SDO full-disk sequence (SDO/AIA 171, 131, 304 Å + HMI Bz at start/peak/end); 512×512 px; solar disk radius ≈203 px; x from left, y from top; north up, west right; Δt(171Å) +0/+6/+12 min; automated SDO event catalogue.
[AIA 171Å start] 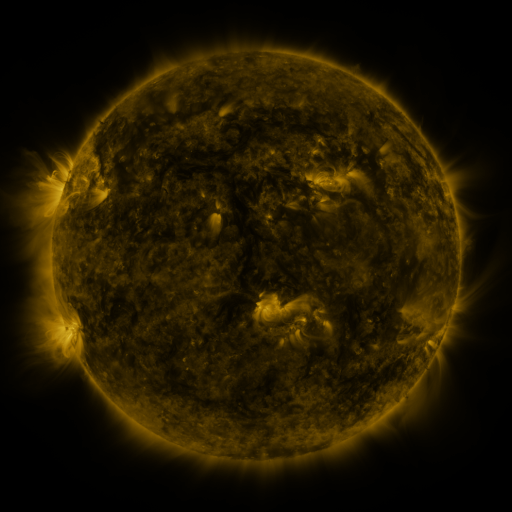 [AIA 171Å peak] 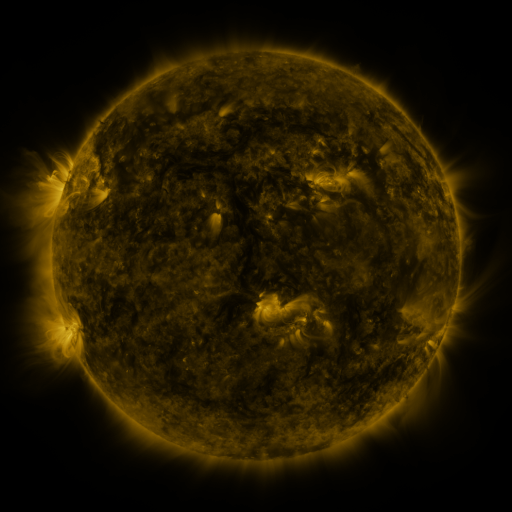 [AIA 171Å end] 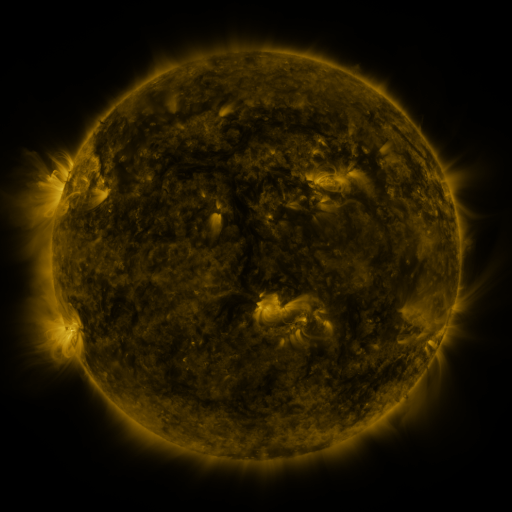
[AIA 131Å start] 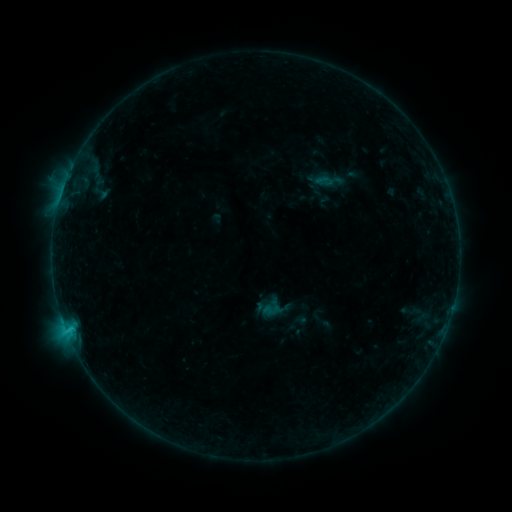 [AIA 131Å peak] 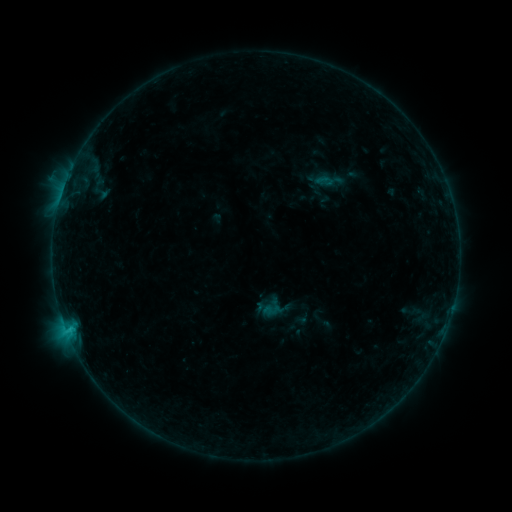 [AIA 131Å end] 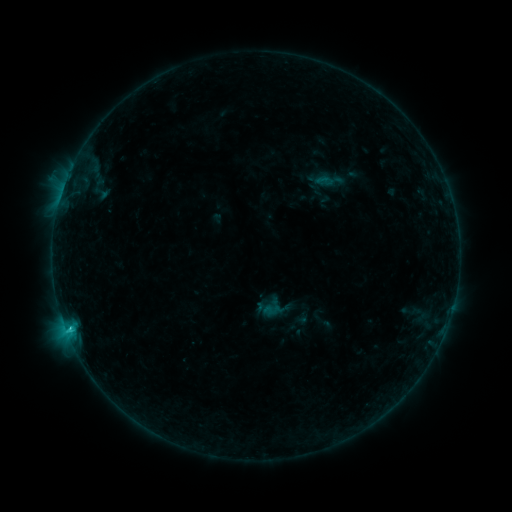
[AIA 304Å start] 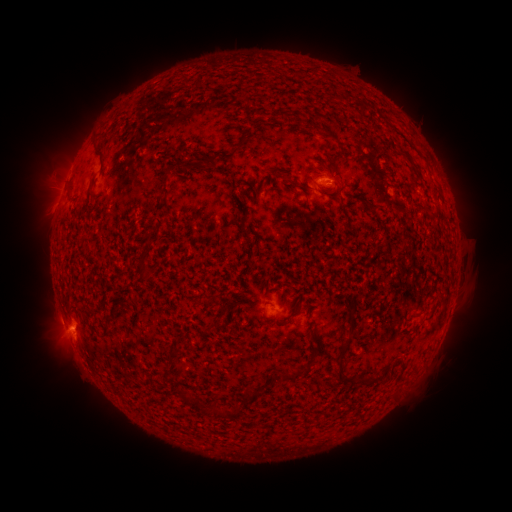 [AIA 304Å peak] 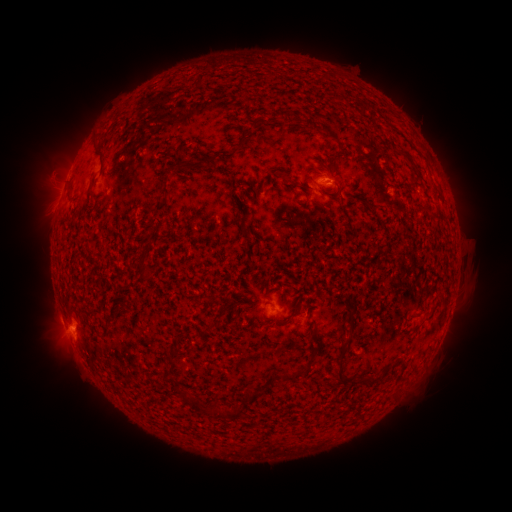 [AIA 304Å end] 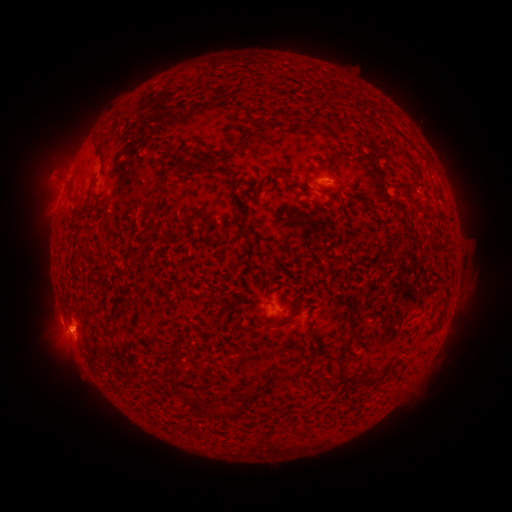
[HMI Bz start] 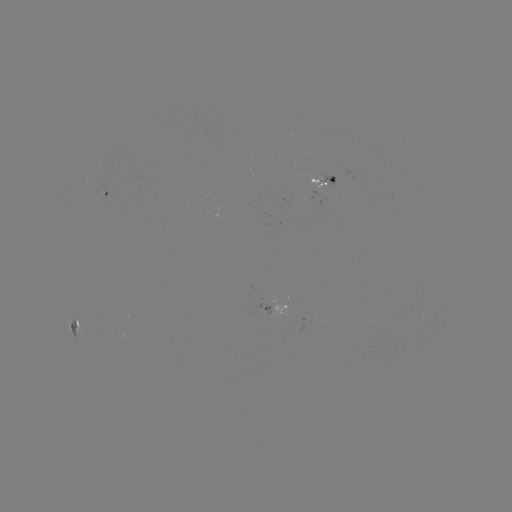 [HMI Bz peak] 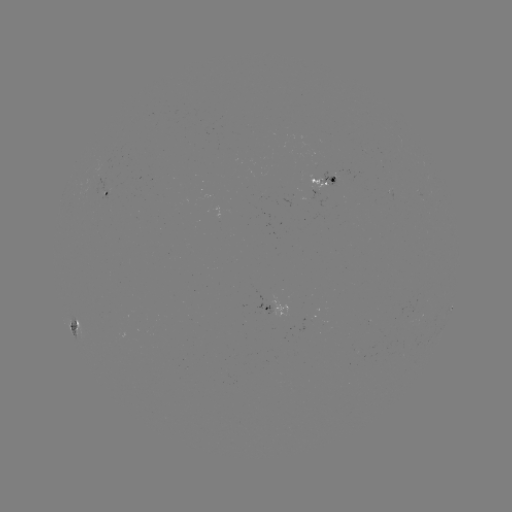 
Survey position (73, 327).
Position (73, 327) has C1.9 flare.